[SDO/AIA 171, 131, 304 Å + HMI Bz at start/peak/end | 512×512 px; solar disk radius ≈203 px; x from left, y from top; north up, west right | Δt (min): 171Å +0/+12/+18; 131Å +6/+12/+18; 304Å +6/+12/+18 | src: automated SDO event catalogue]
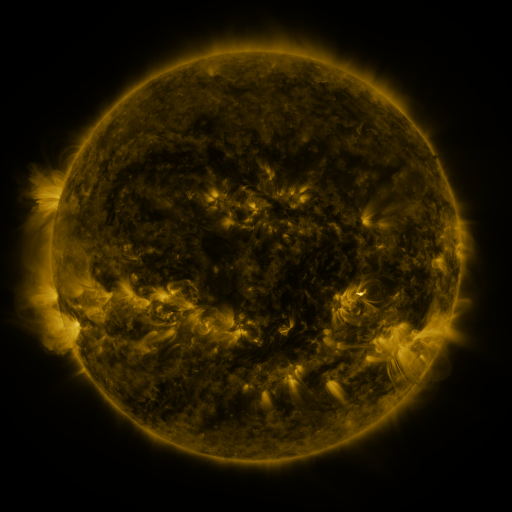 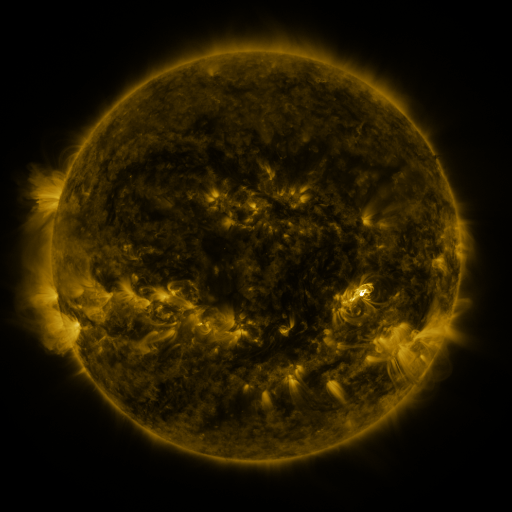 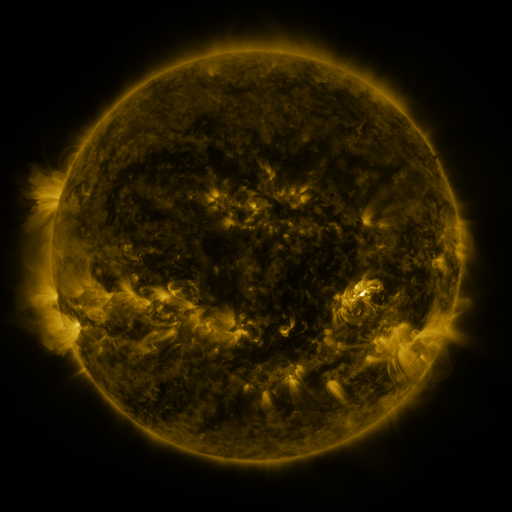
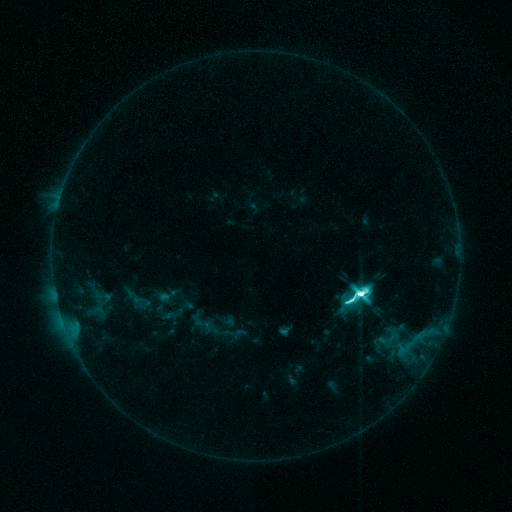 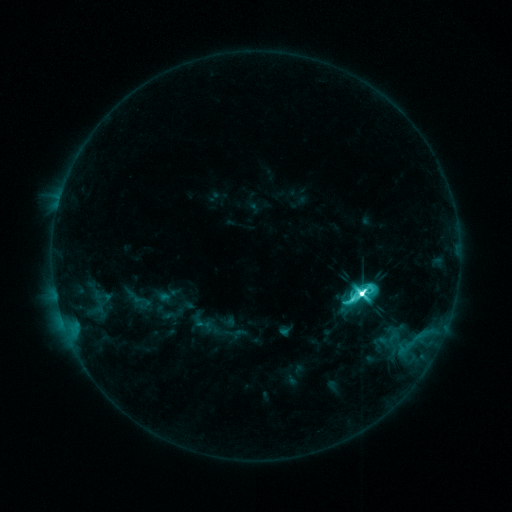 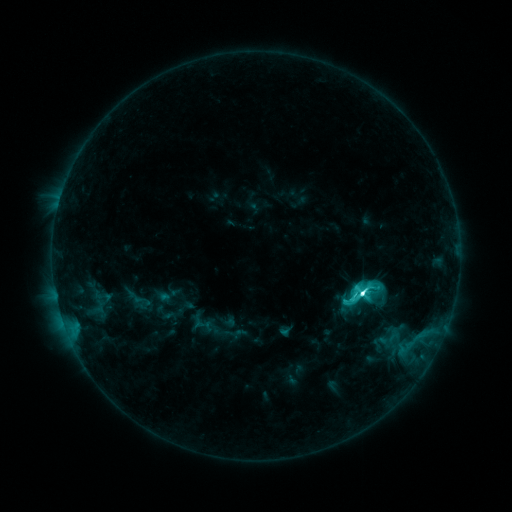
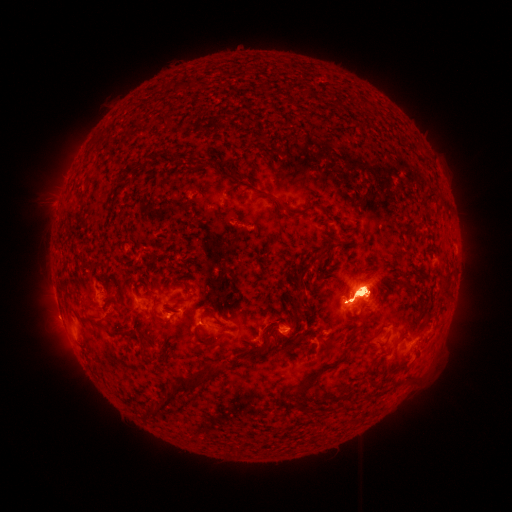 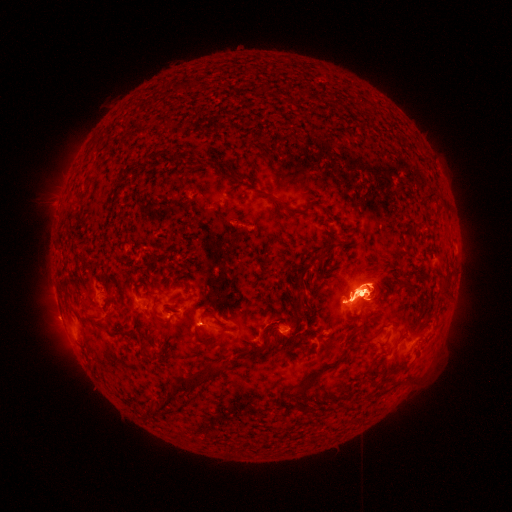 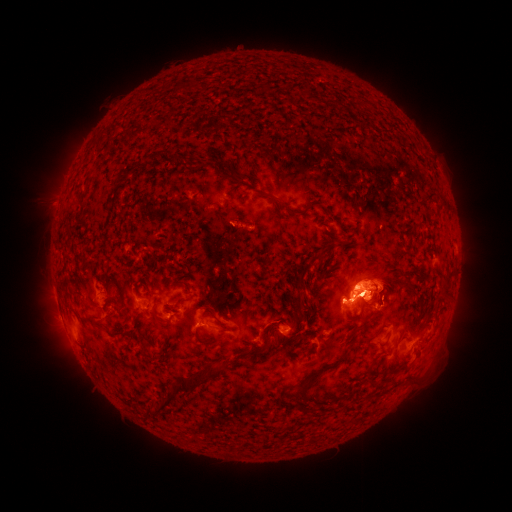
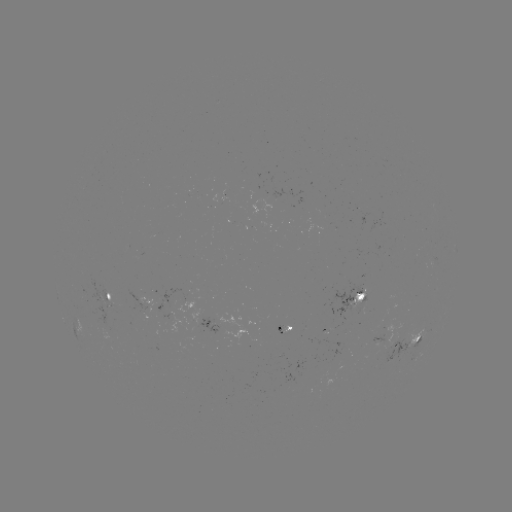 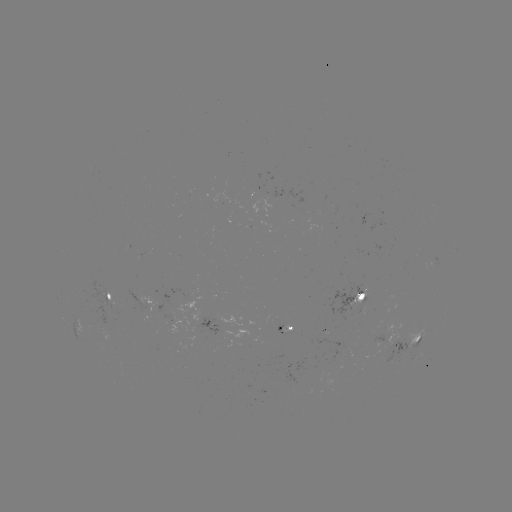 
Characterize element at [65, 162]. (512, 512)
eruption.